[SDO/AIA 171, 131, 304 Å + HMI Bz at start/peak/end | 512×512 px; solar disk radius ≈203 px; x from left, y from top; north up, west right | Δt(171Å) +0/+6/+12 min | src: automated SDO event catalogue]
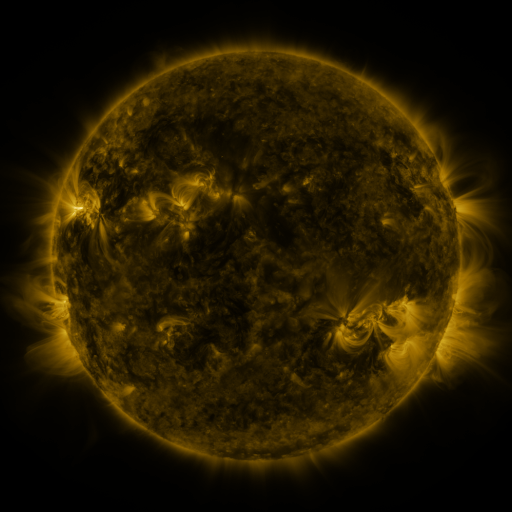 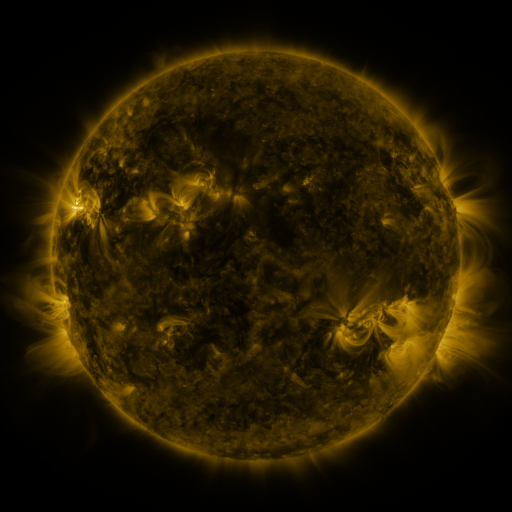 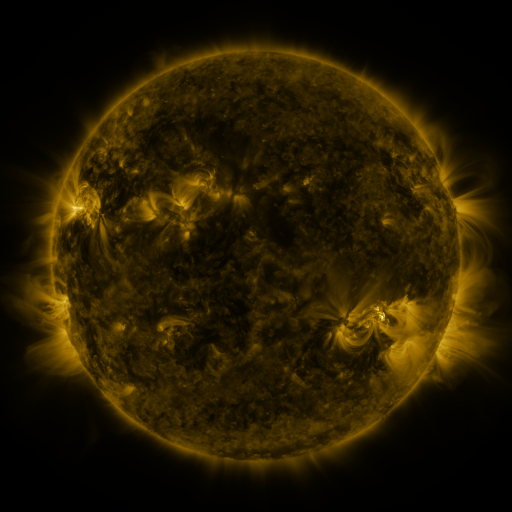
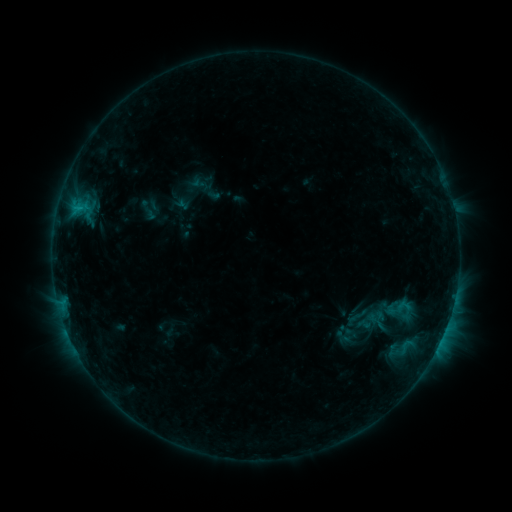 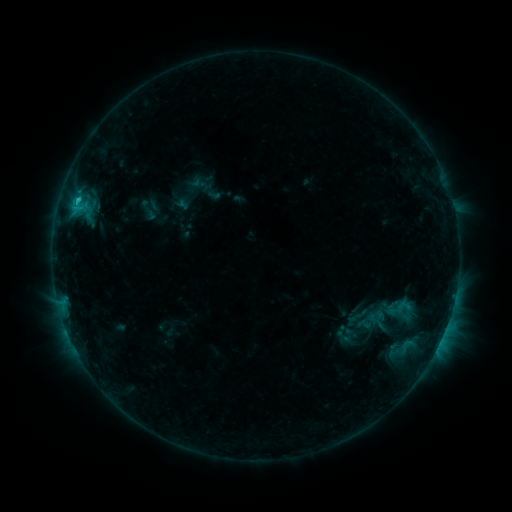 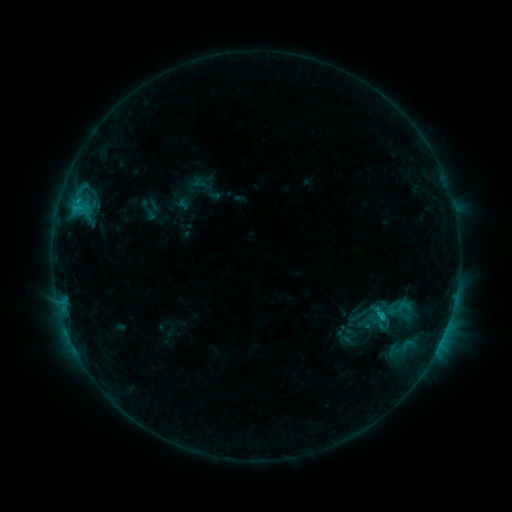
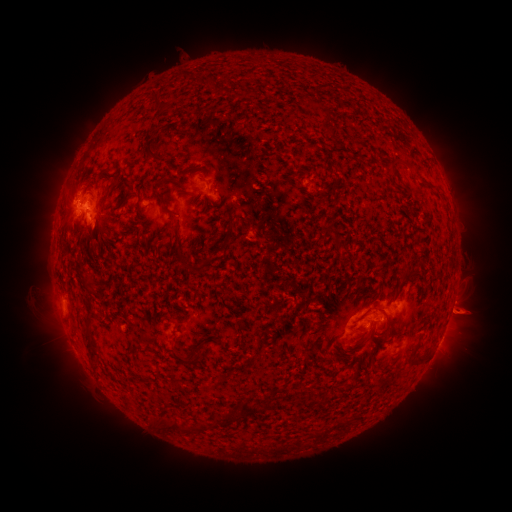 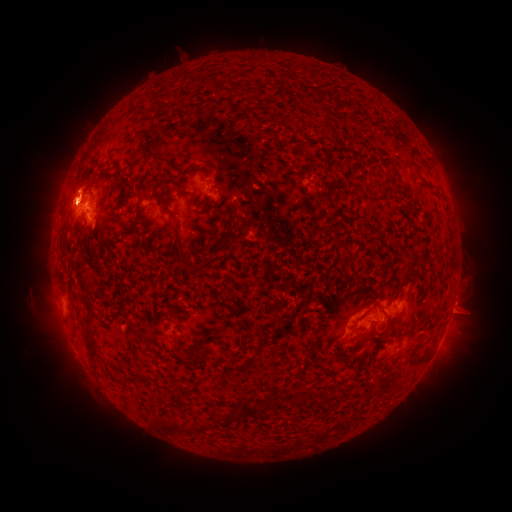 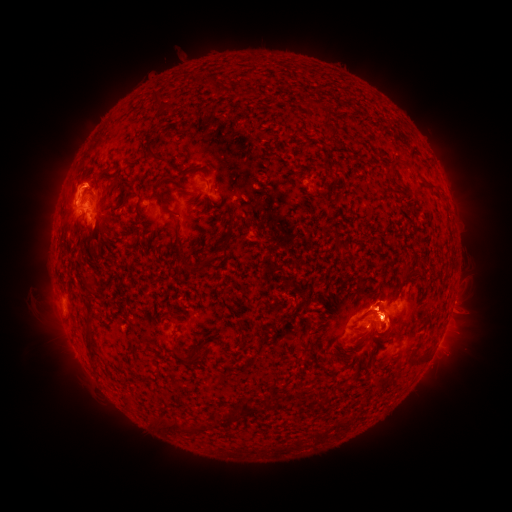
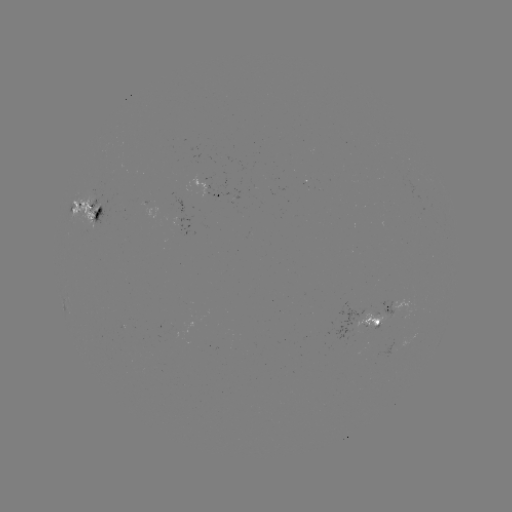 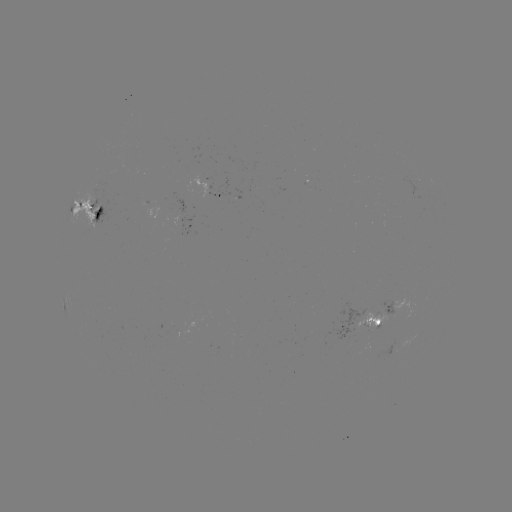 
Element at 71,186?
eruption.